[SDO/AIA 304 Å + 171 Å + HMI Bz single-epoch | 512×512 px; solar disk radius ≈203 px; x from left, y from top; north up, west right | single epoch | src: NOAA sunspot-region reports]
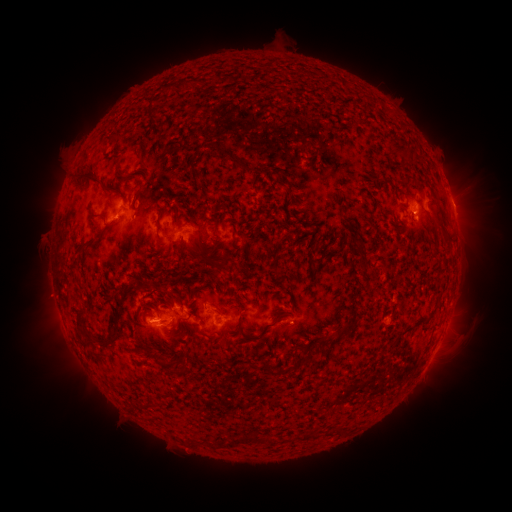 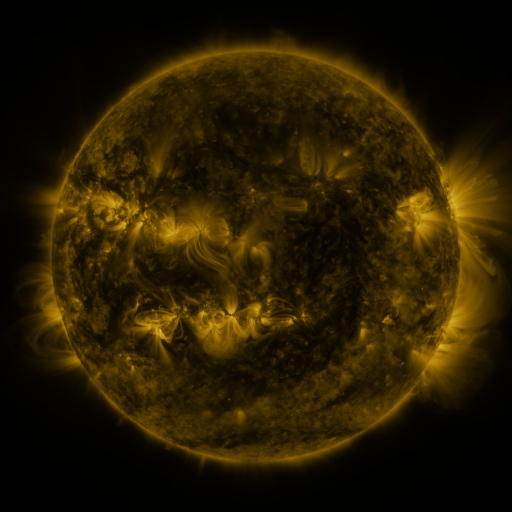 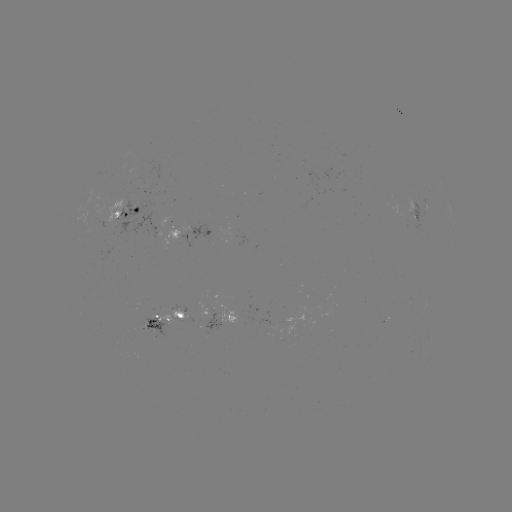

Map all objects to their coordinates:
spotted active region: (452, 203)
spotted active region: (435, 351)
